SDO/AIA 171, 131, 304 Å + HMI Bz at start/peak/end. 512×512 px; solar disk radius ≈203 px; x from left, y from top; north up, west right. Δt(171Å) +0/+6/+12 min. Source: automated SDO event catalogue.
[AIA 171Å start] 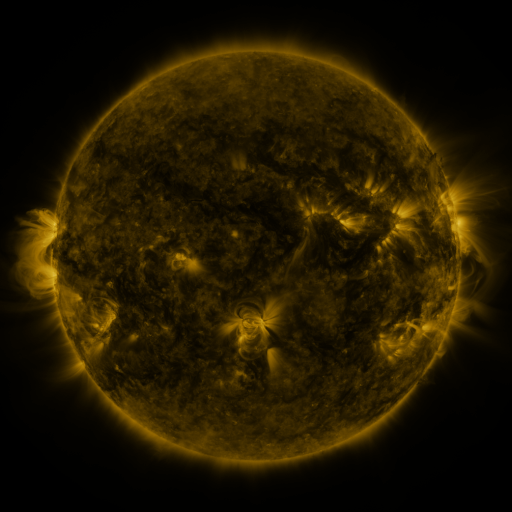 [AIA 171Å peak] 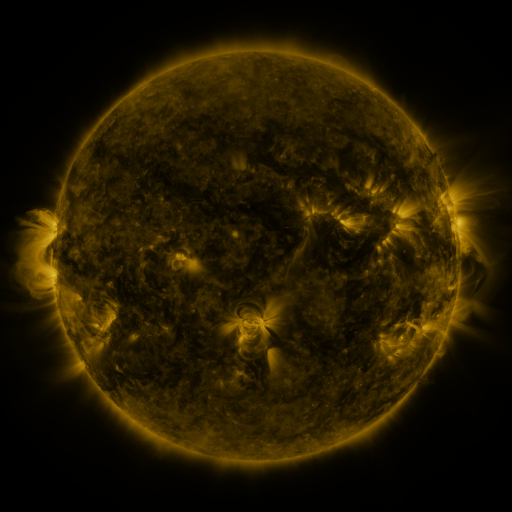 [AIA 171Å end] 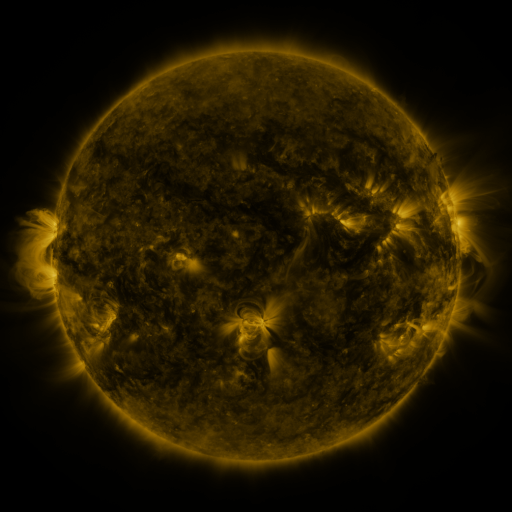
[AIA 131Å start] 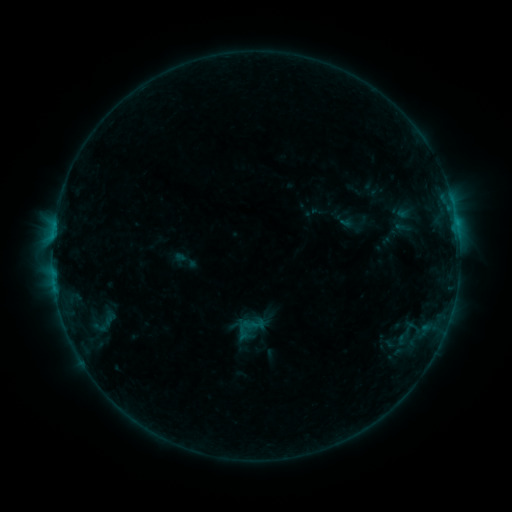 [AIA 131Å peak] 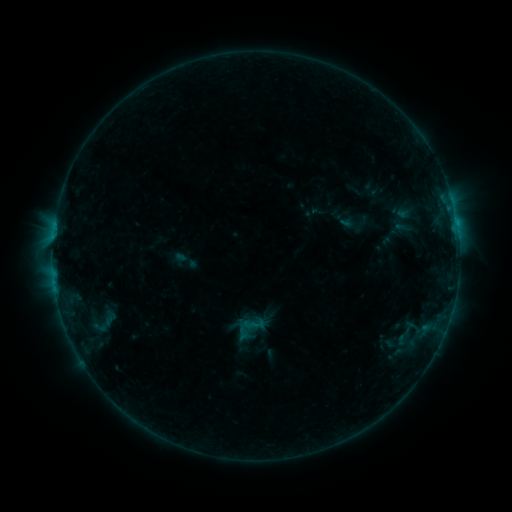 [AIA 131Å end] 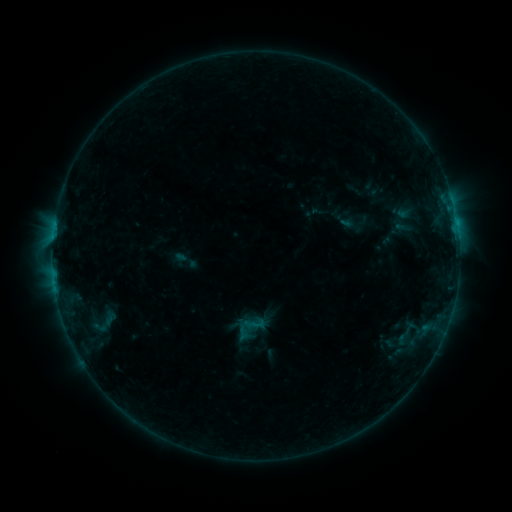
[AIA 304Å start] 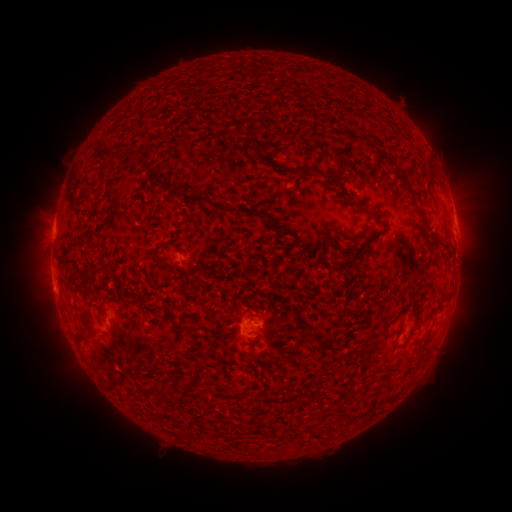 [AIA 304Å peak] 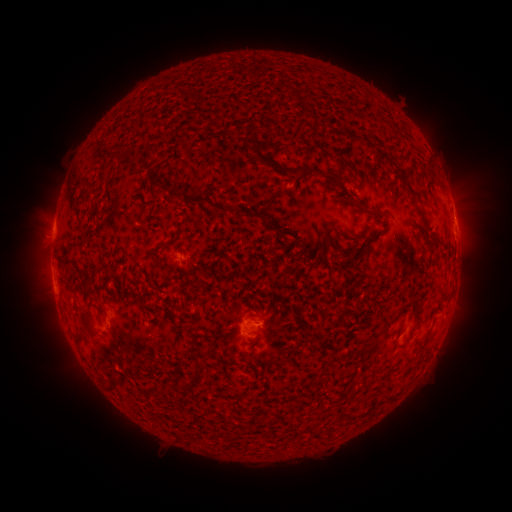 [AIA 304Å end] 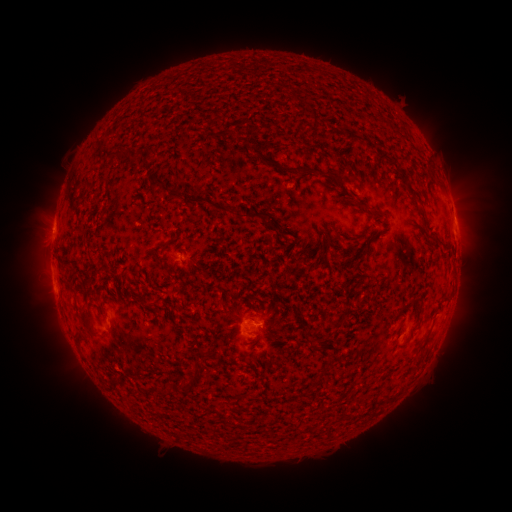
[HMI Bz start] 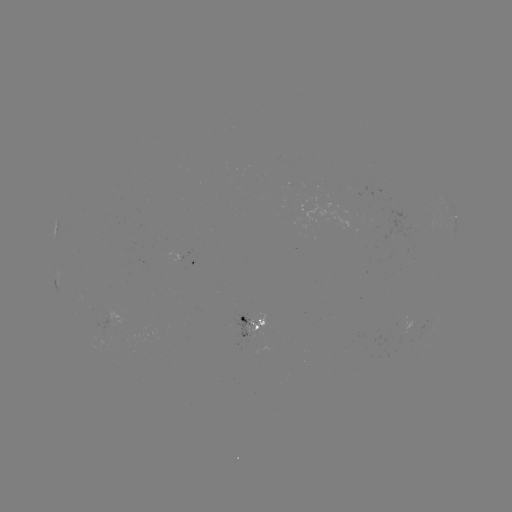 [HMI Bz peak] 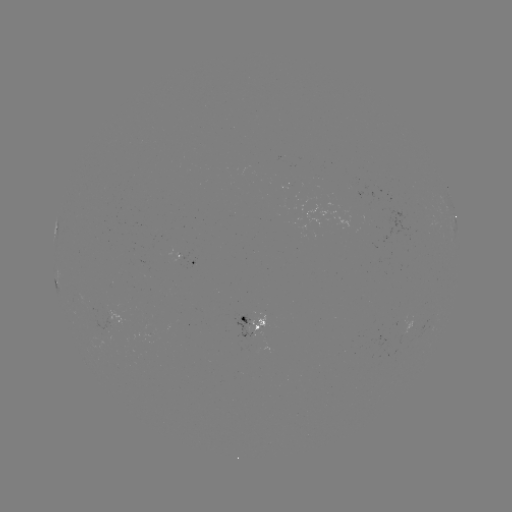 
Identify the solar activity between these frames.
B5.9 flare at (453, 220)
